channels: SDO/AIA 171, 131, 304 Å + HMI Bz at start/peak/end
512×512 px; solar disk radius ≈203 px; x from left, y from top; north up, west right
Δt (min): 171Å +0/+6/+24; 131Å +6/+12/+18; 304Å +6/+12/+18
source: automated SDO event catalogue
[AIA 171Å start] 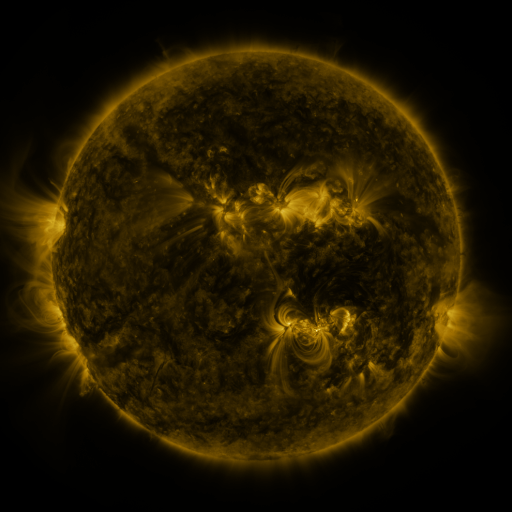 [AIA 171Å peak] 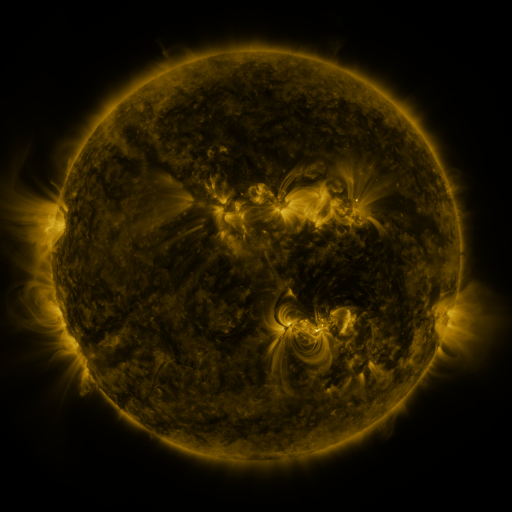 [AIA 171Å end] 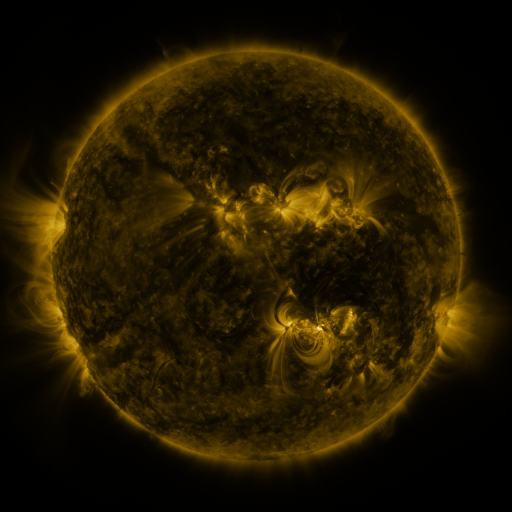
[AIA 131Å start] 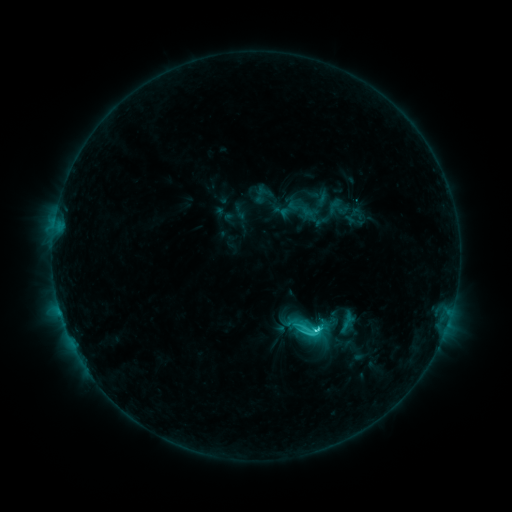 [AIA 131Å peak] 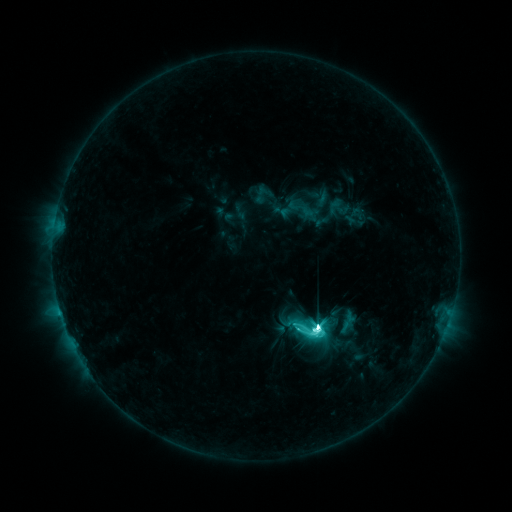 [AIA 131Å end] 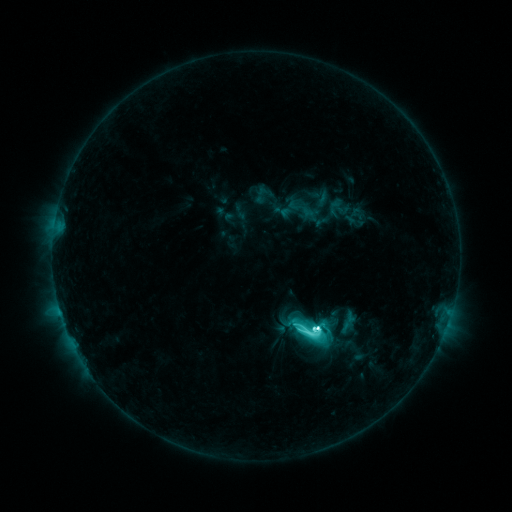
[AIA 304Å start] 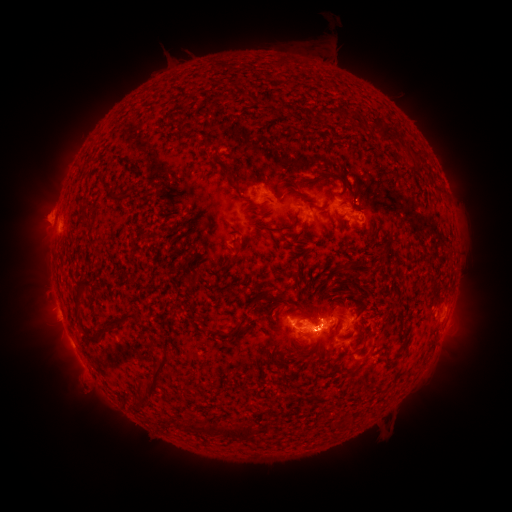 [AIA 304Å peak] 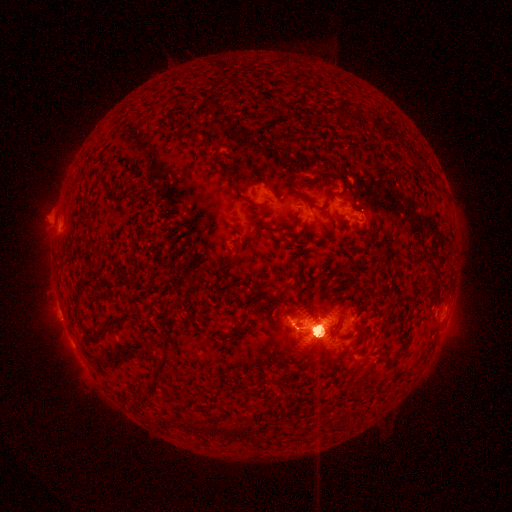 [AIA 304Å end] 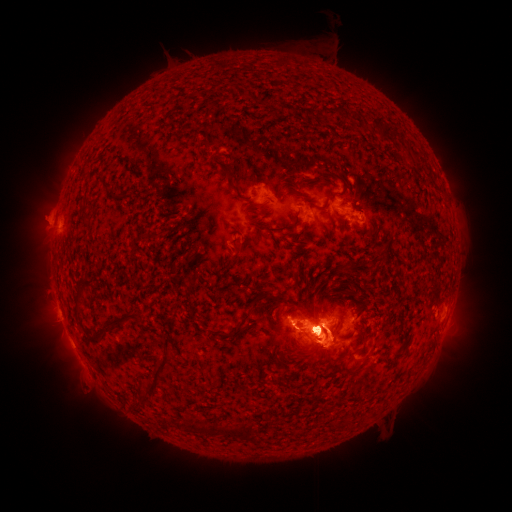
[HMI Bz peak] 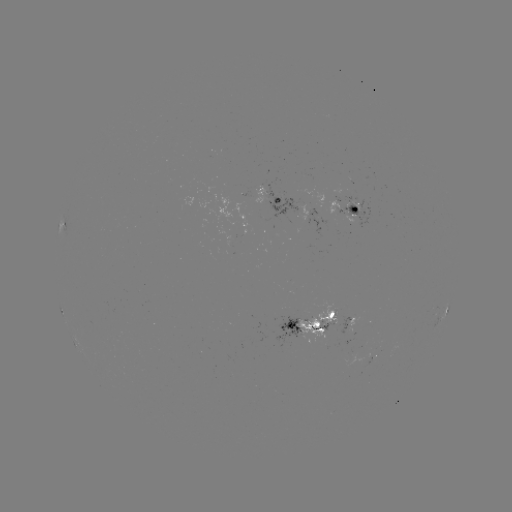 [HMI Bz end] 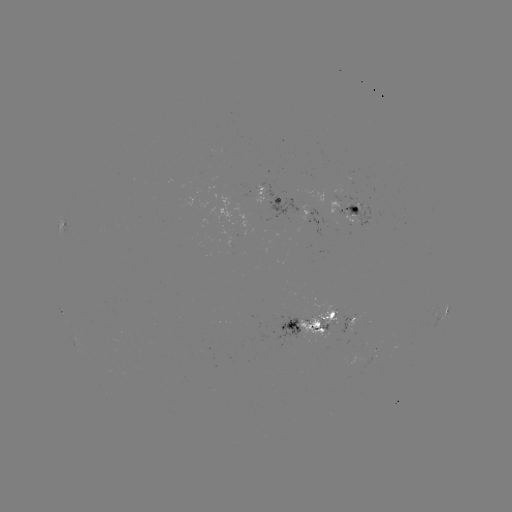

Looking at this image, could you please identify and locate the M5.3 flare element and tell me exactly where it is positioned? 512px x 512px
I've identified M5.3 flare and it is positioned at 312,329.